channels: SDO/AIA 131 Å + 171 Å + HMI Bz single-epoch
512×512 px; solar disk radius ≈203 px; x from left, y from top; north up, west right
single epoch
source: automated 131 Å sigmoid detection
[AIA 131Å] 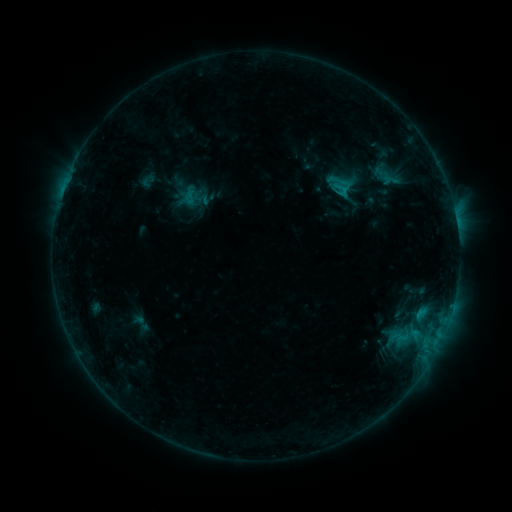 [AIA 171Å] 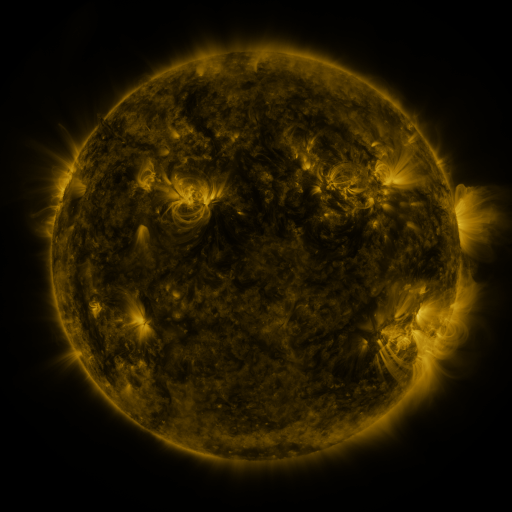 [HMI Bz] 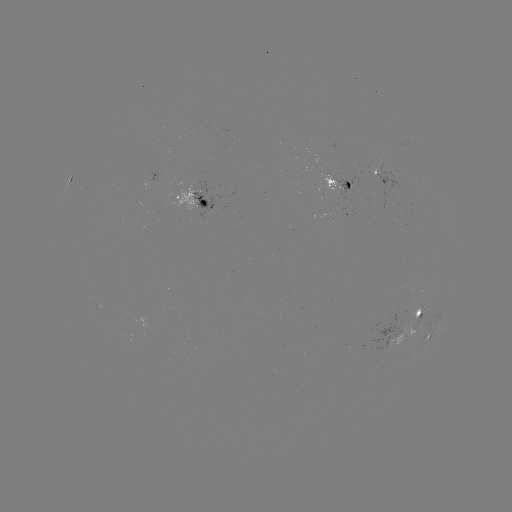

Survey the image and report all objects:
sigmoid: (140, 323)
